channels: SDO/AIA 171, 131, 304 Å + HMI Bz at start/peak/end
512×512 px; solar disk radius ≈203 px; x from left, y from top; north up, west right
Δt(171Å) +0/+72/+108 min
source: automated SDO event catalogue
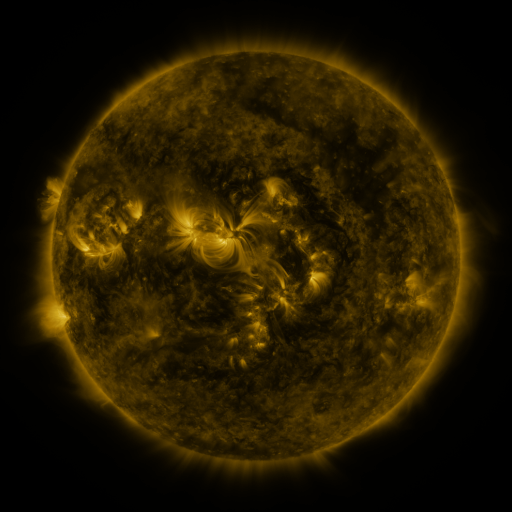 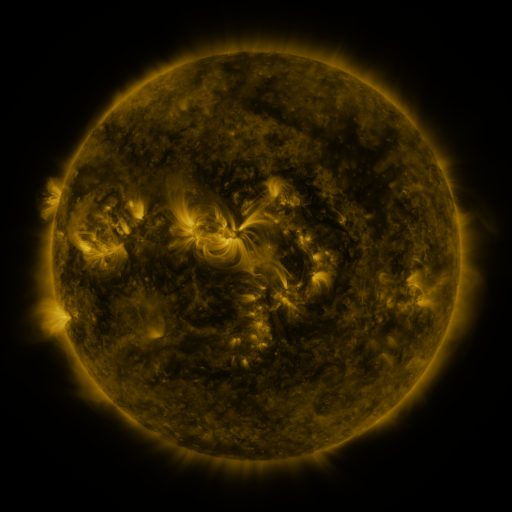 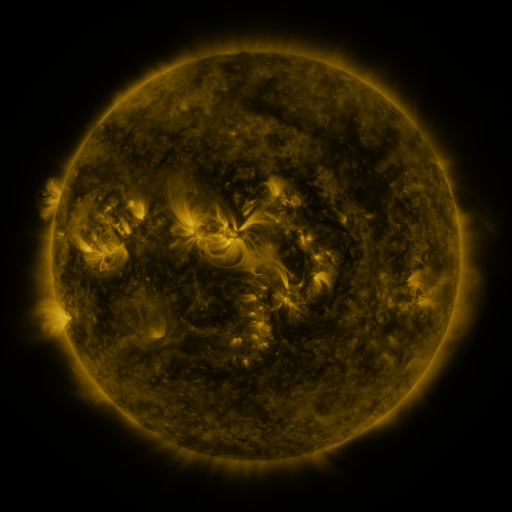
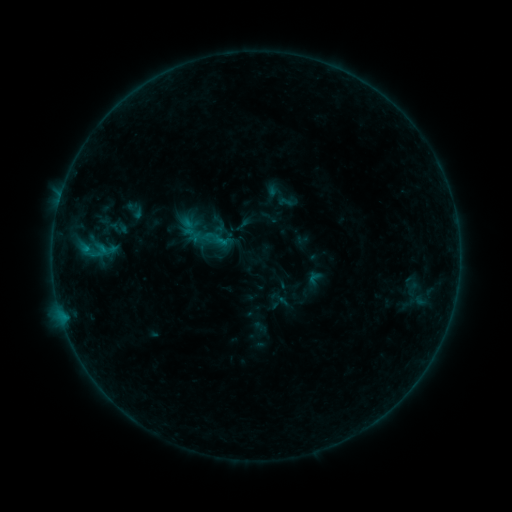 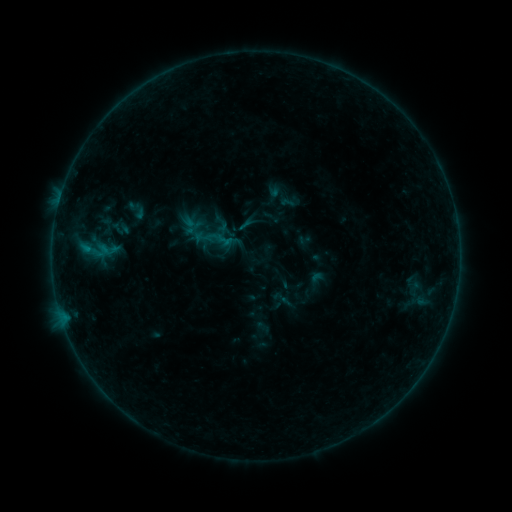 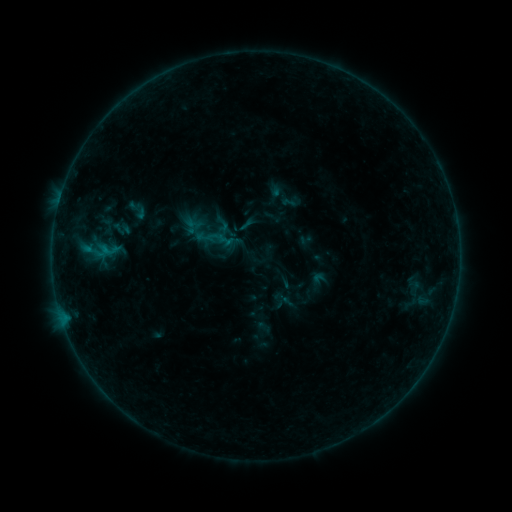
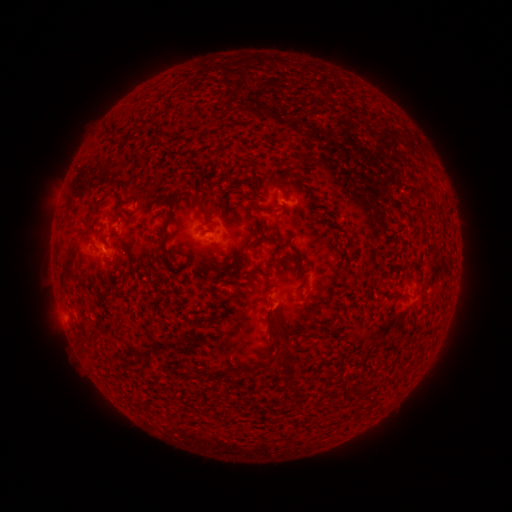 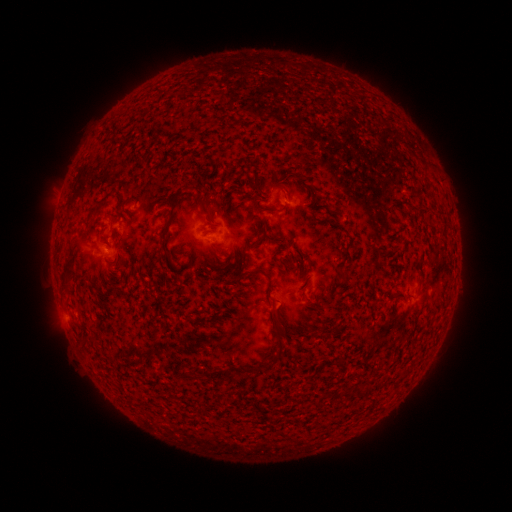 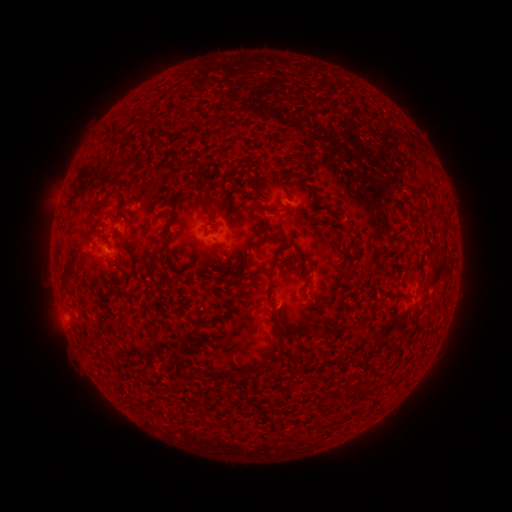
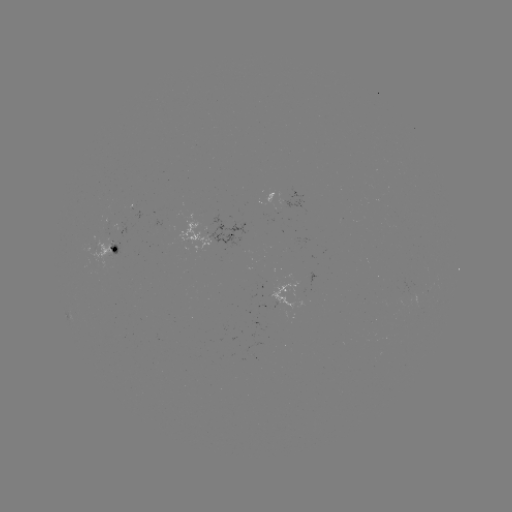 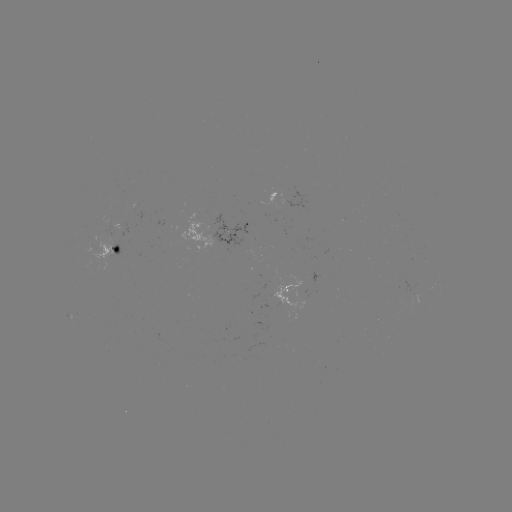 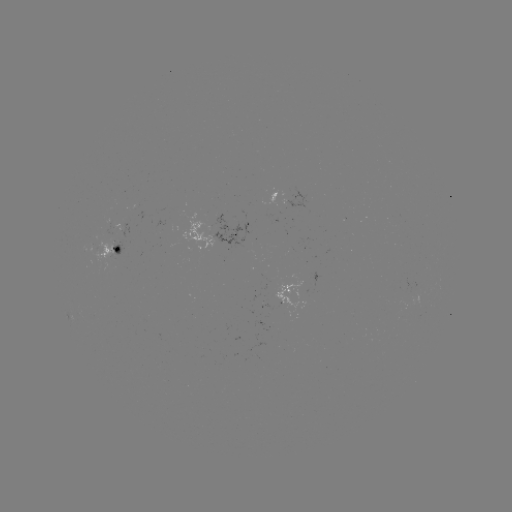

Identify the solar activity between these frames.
emerging-flux region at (290, 197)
